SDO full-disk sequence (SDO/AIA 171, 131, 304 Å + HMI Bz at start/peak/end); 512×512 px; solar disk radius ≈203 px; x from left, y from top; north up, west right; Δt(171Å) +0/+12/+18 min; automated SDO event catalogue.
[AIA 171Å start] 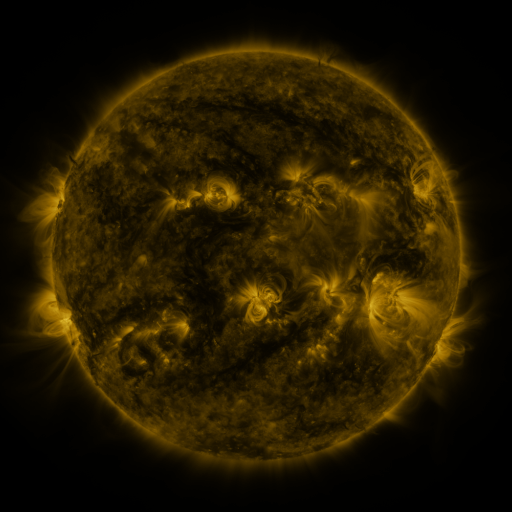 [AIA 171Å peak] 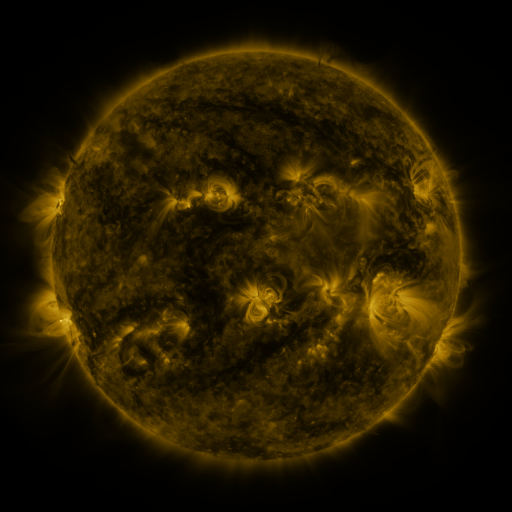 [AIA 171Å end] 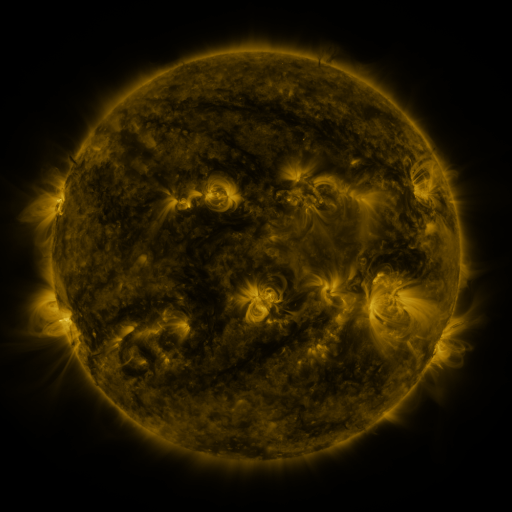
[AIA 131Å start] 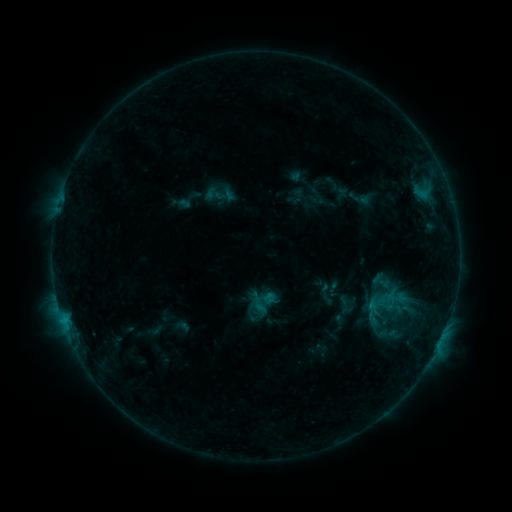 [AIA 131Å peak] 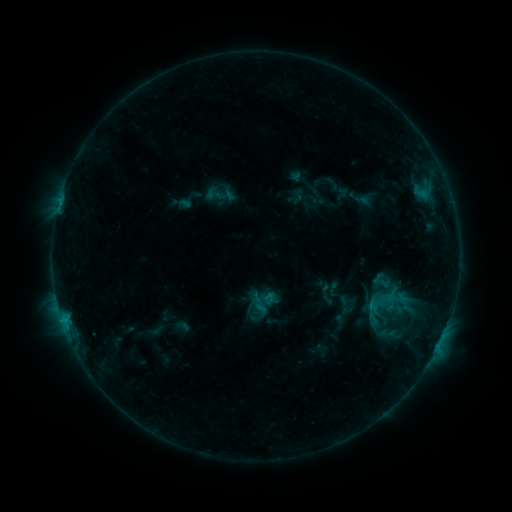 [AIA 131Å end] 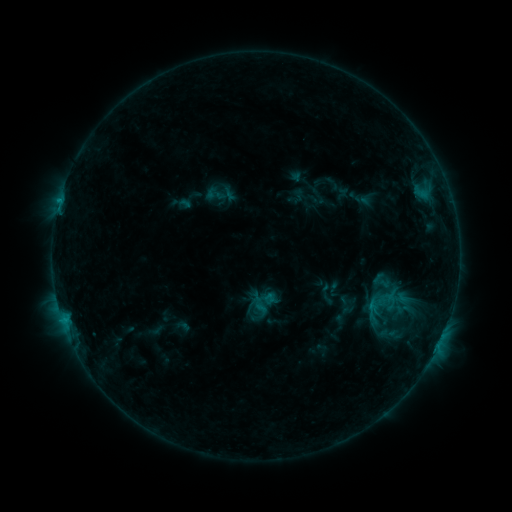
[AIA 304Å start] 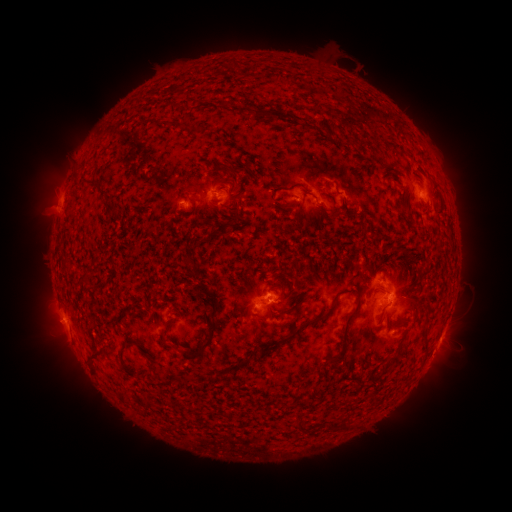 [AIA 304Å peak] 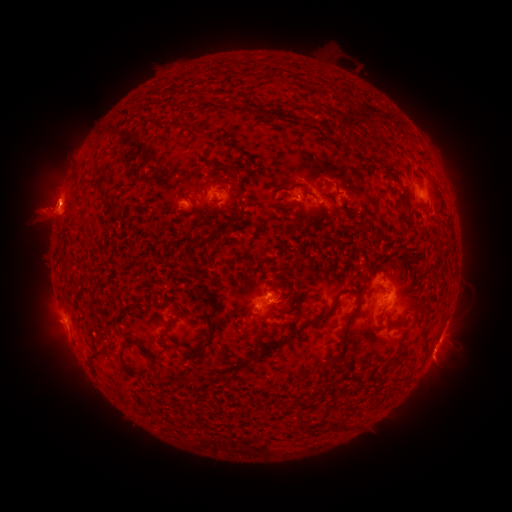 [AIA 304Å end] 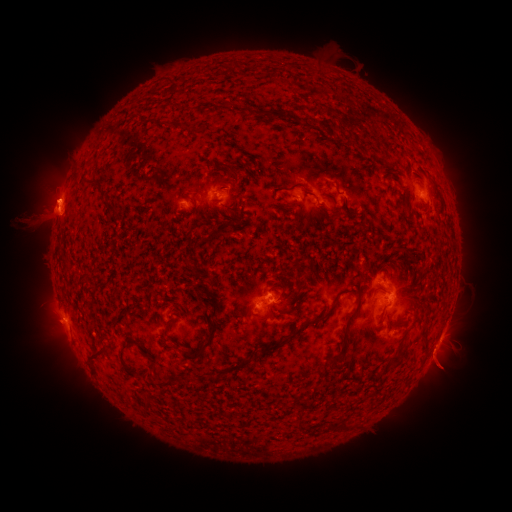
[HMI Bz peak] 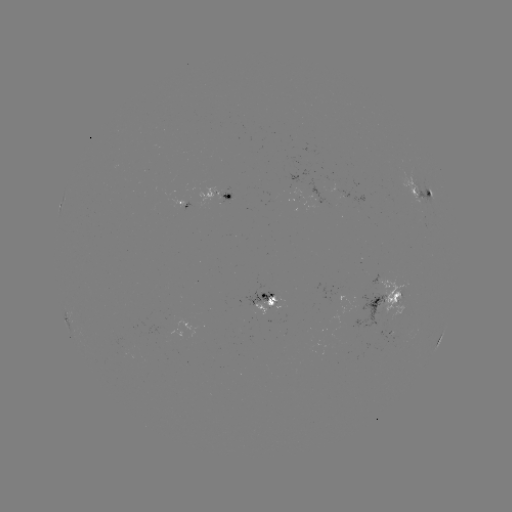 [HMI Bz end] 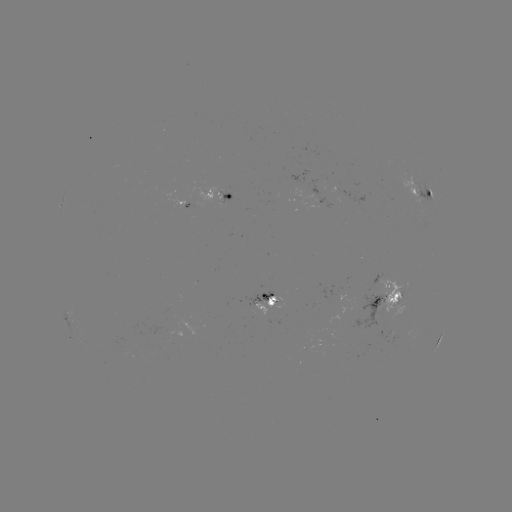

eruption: [419, 344, 463, 393]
